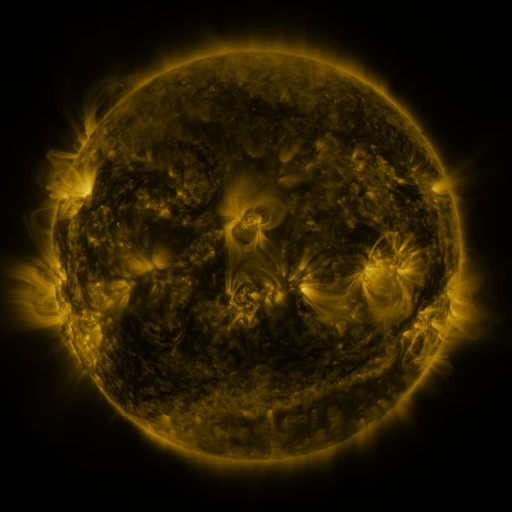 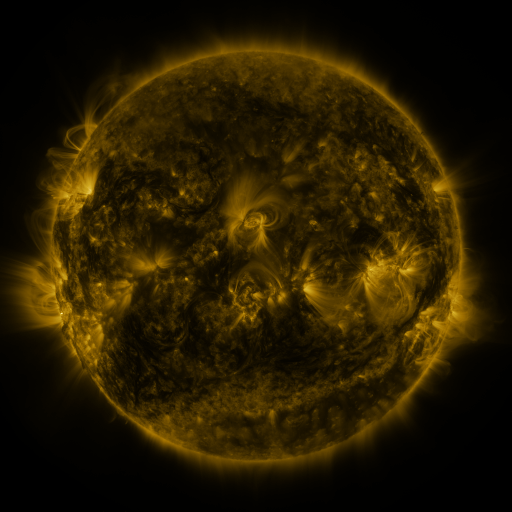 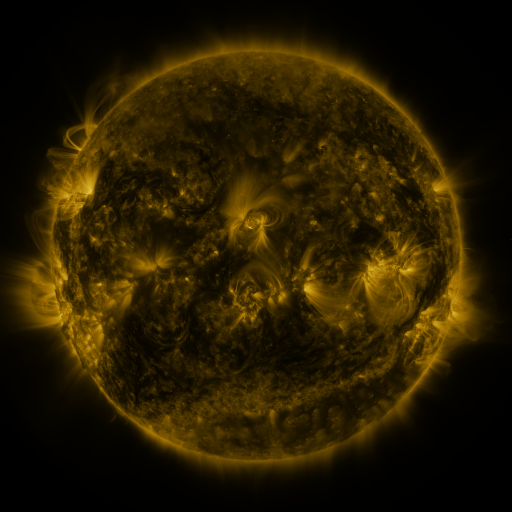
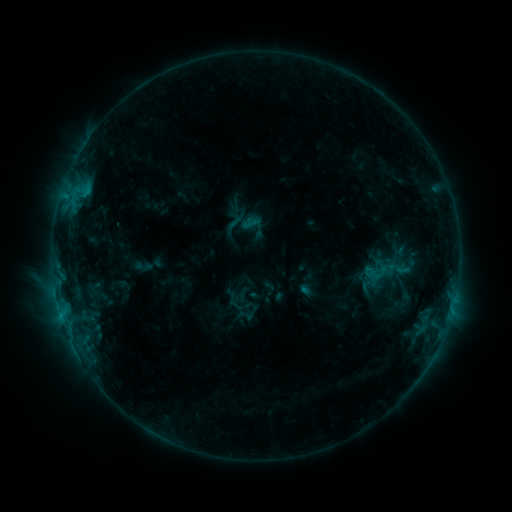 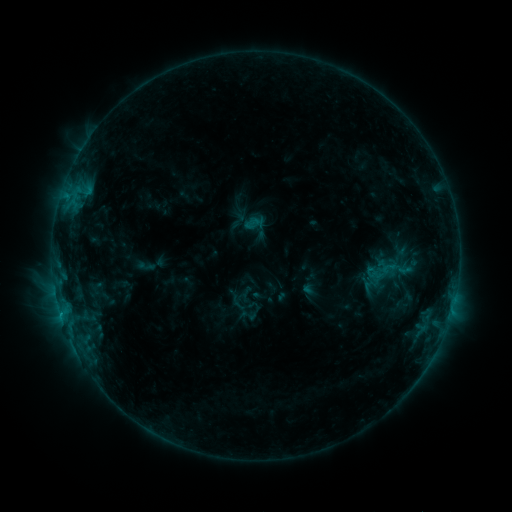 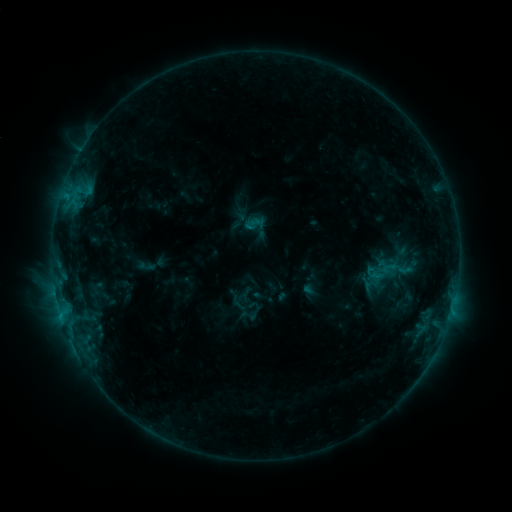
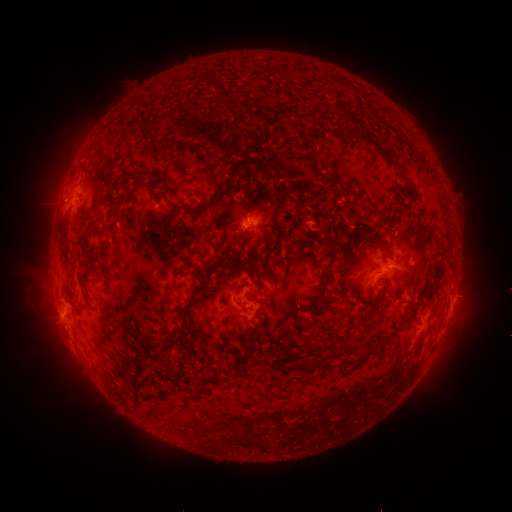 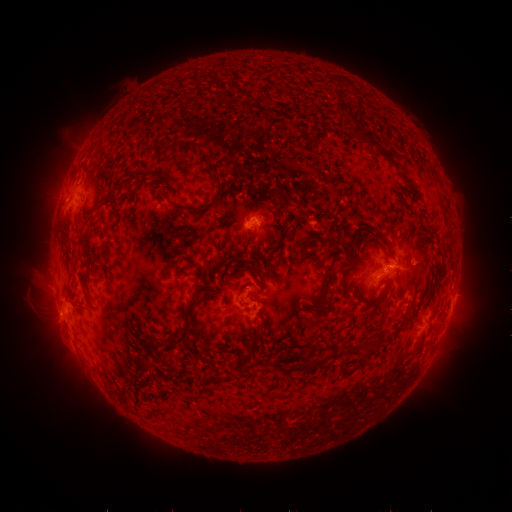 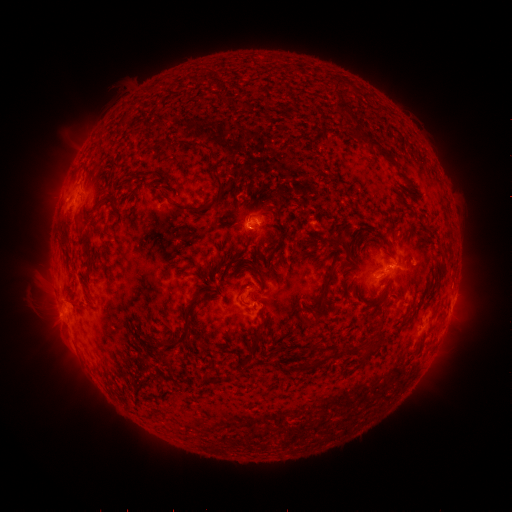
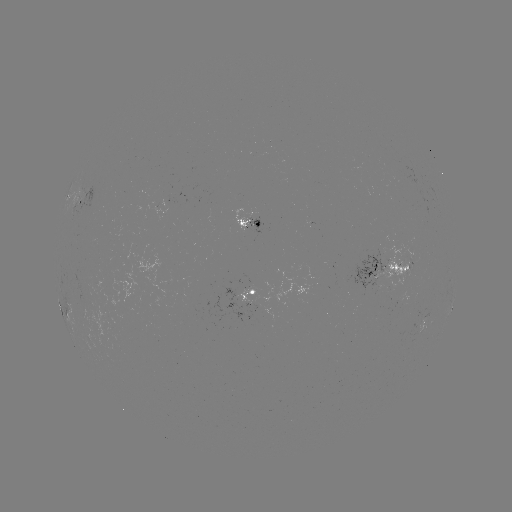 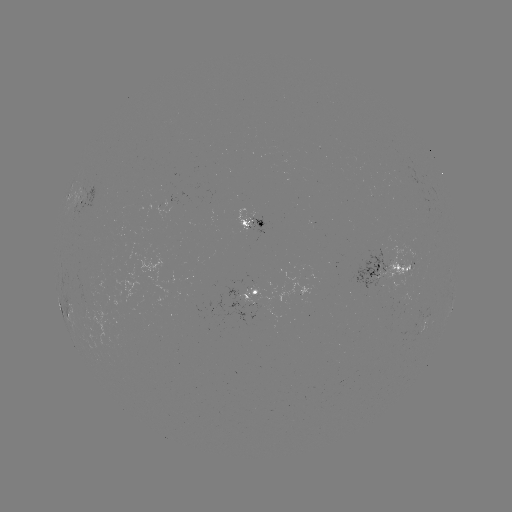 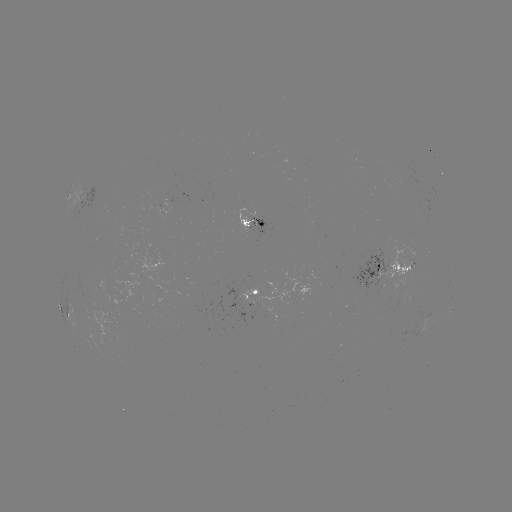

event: emerging-flux region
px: (257, 219)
